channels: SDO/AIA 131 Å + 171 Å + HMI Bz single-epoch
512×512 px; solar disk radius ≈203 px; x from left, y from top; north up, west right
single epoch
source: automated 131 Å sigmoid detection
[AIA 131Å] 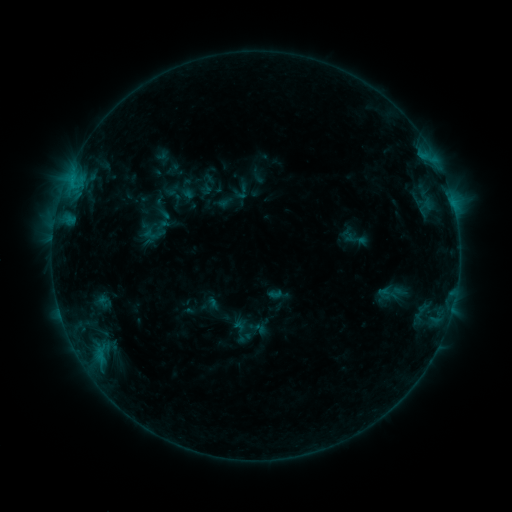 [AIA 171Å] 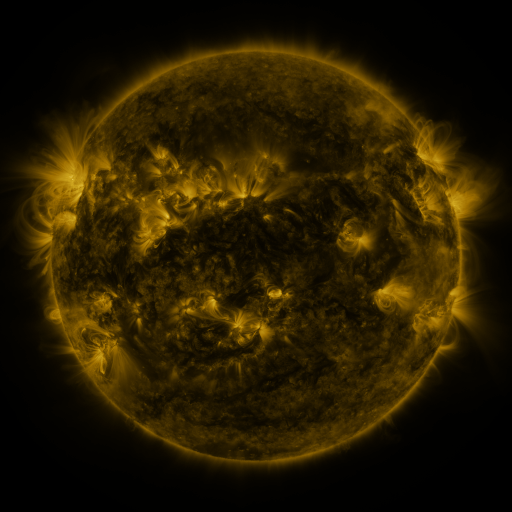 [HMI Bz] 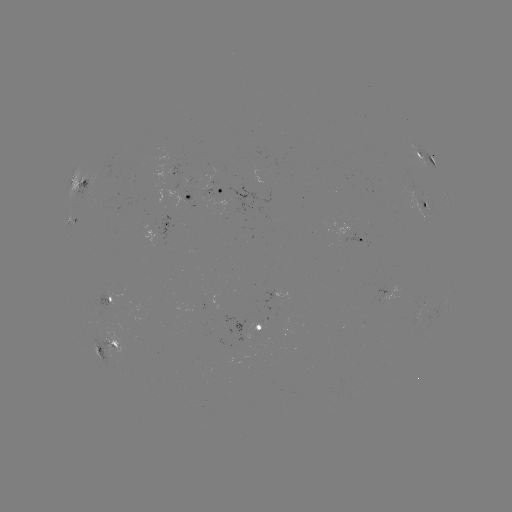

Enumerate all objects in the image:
sigmoid: (356, 240)
